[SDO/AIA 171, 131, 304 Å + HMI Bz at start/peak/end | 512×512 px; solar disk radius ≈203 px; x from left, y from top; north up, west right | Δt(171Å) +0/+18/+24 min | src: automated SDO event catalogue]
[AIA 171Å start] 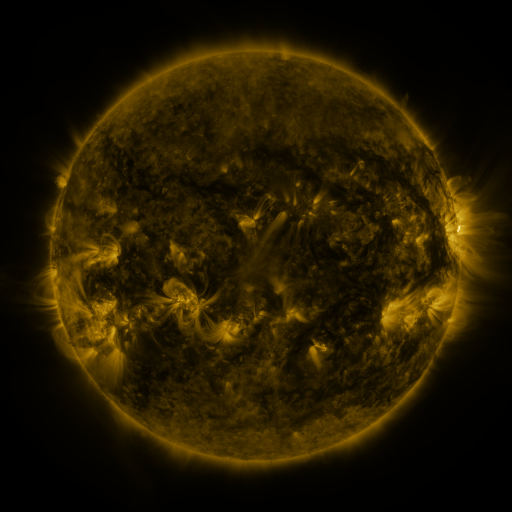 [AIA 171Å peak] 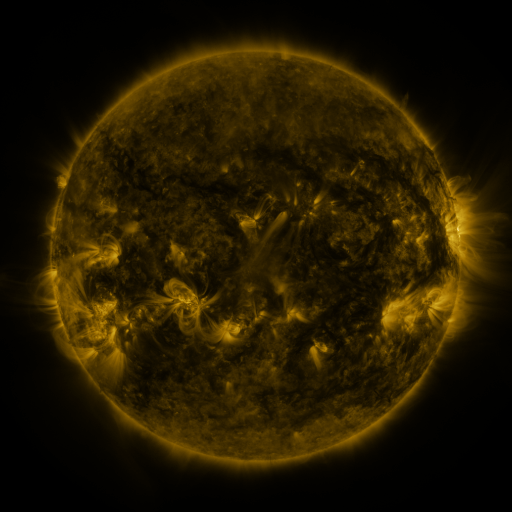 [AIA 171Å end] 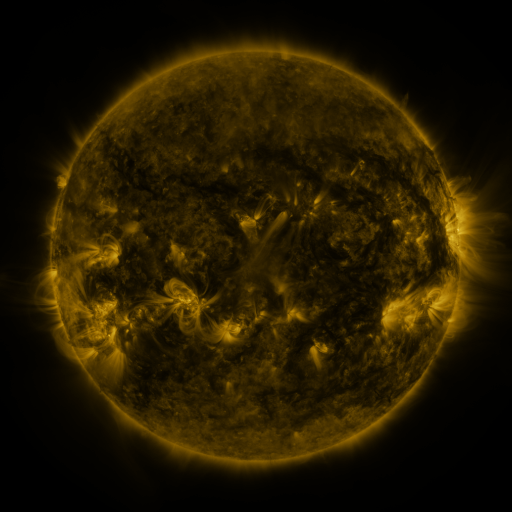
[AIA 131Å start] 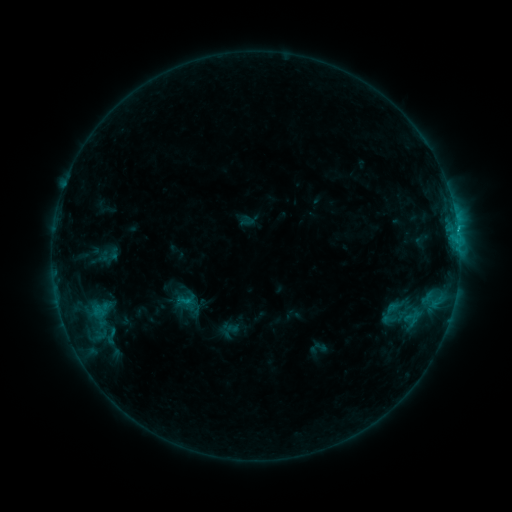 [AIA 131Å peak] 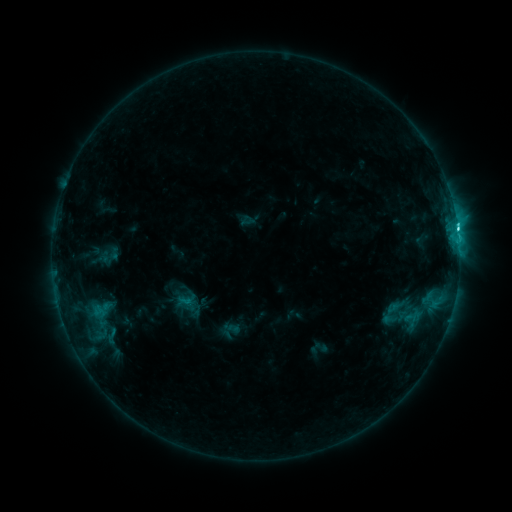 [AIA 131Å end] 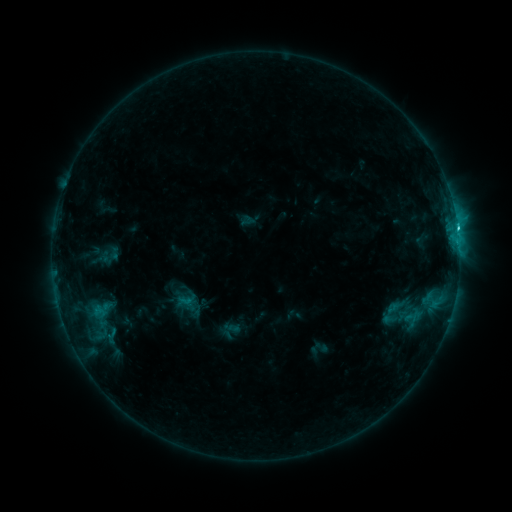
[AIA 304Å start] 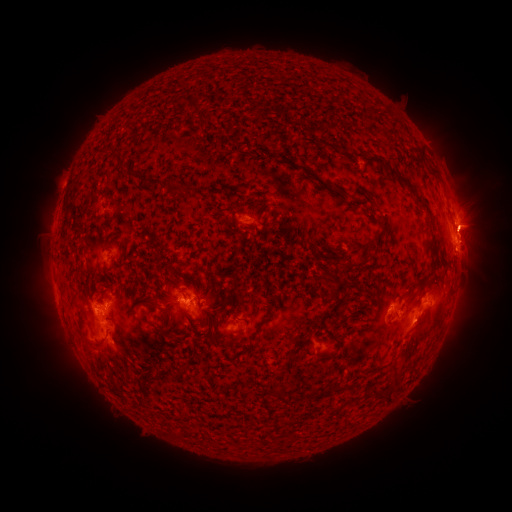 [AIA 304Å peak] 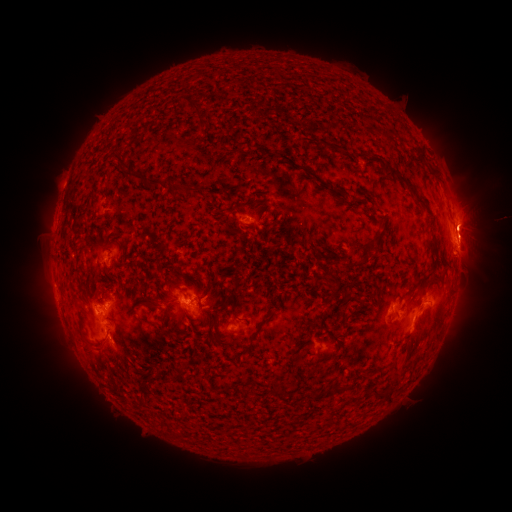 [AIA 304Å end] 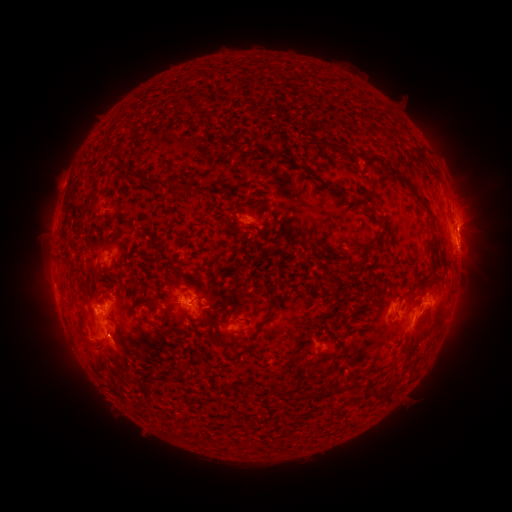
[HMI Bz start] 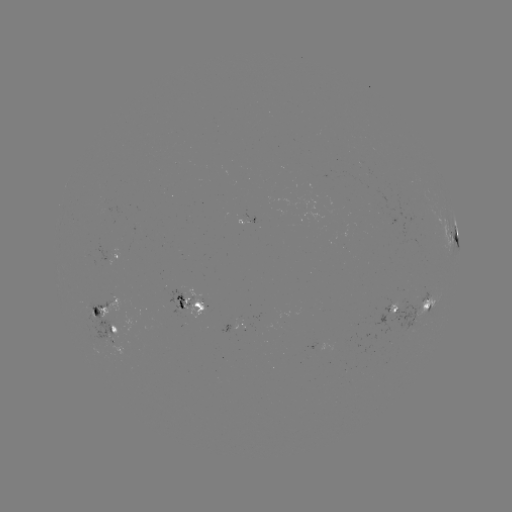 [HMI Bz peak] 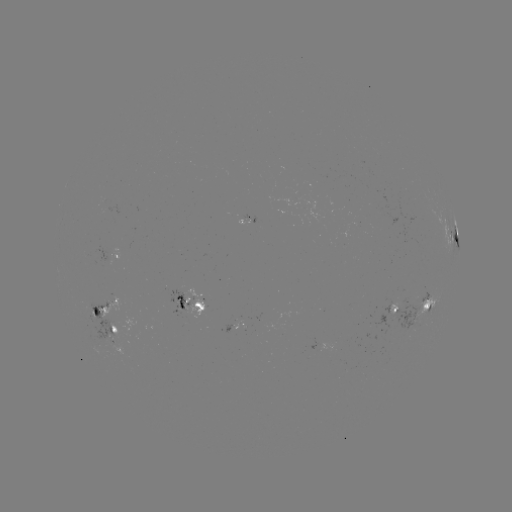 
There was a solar flare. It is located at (456, 229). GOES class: C3.7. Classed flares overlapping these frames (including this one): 1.